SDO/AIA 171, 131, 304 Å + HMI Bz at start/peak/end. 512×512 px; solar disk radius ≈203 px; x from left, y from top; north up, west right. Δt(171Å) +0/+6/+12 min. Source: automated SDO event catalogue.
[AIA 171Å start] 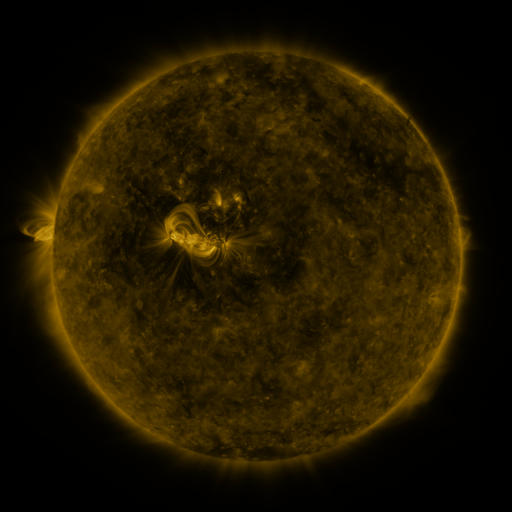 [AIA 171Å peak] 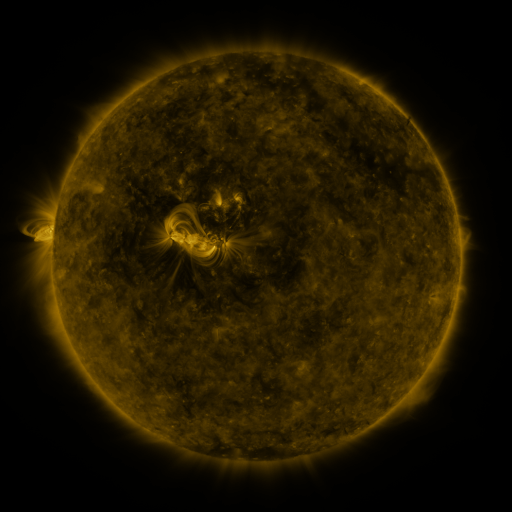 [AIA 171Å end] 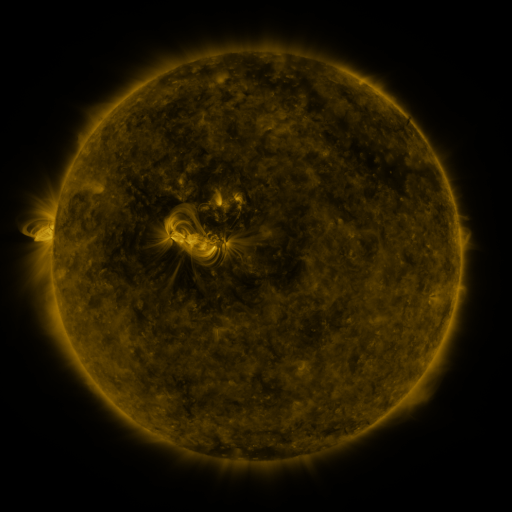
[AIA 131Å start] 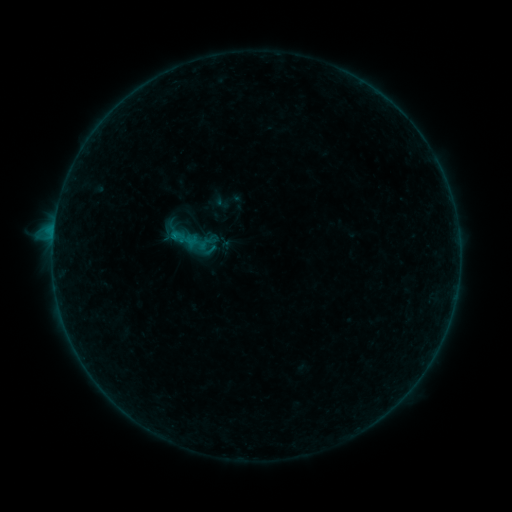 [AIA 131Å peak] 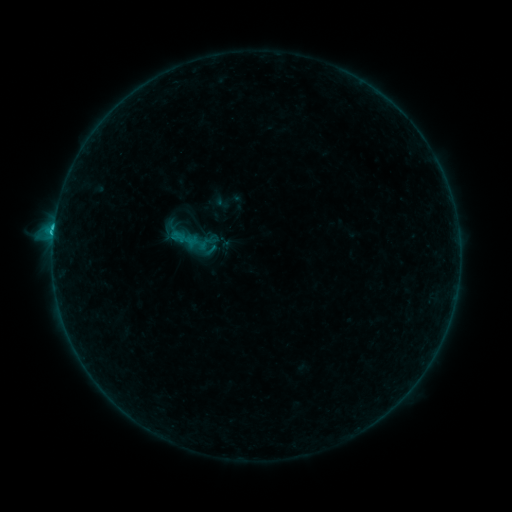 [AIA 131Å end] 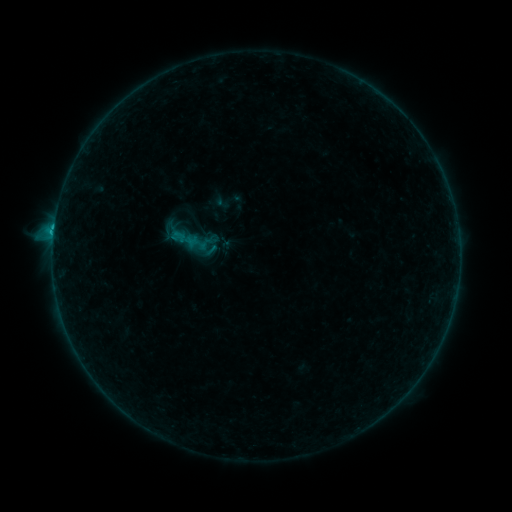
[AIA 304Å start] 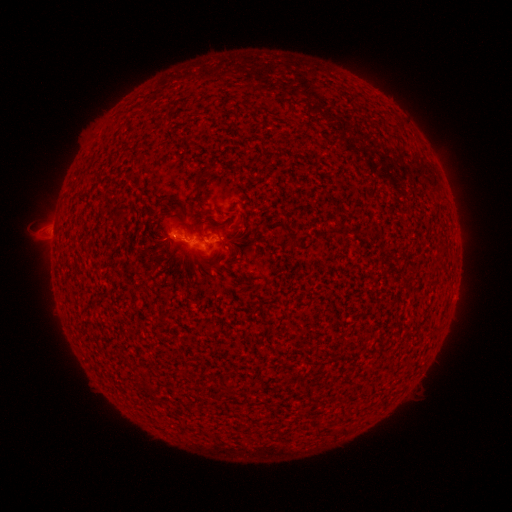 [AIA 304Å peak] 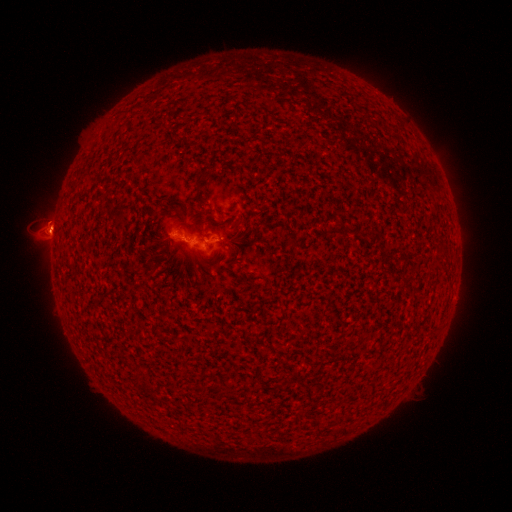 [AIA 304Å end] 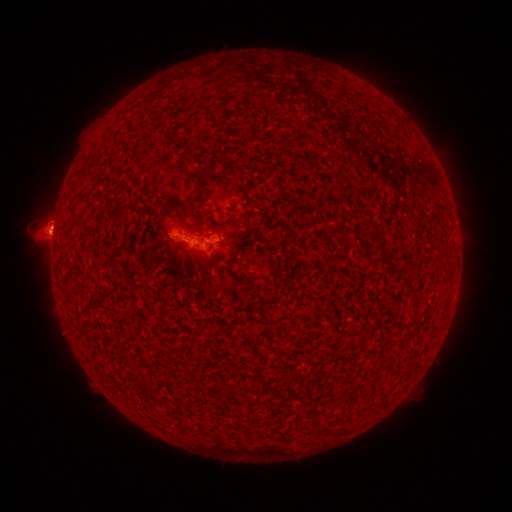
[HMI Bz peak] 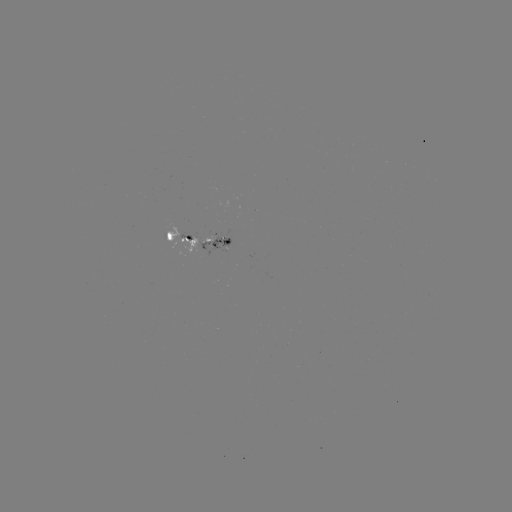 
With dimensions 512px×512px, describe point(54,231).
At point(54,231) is C1.1 flare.